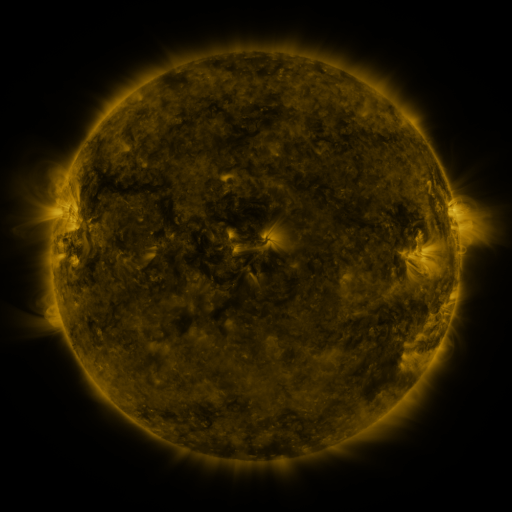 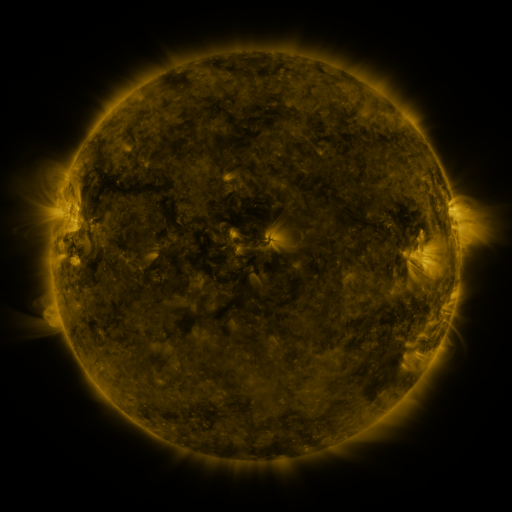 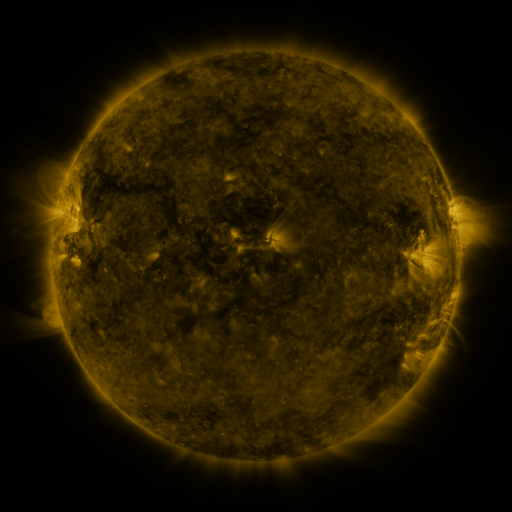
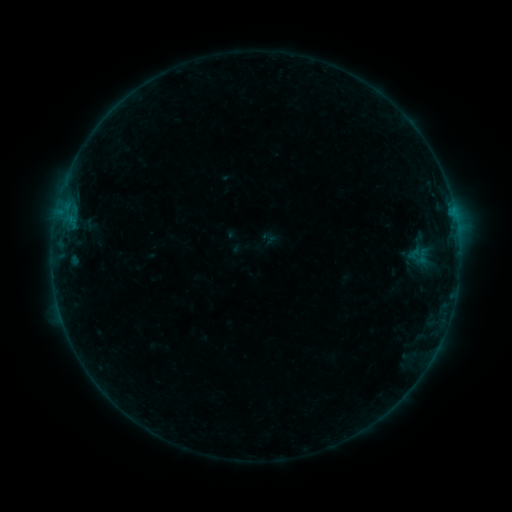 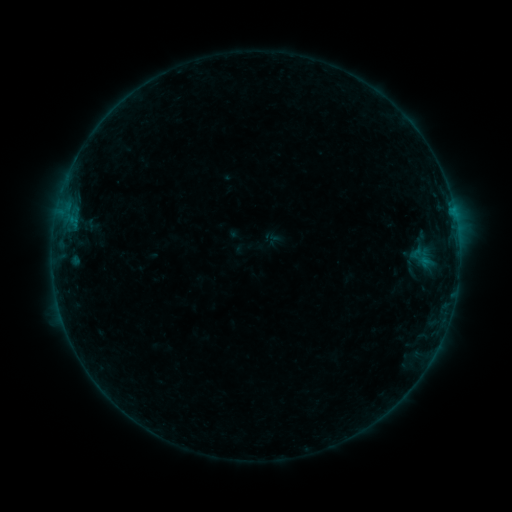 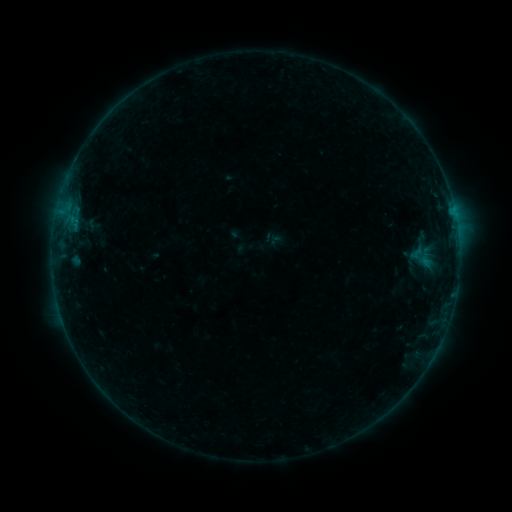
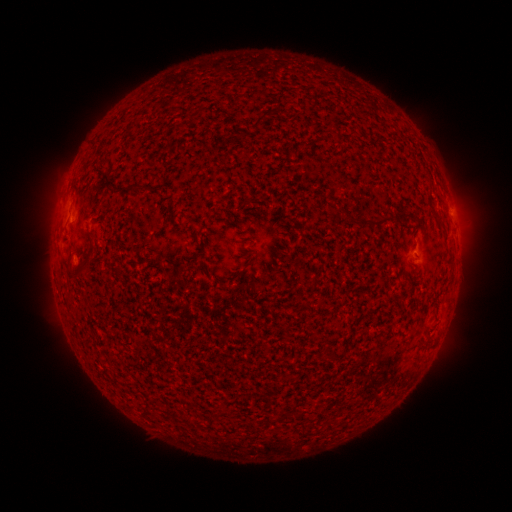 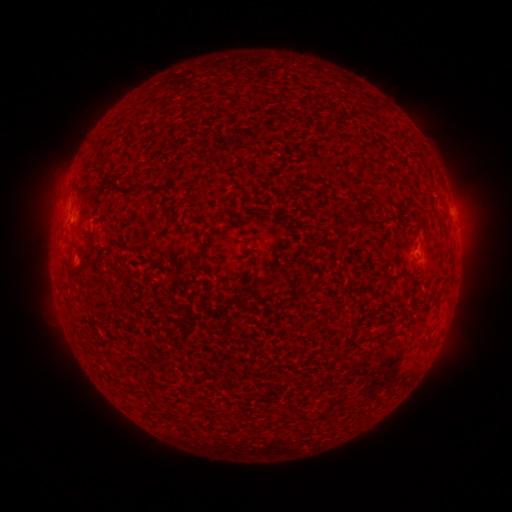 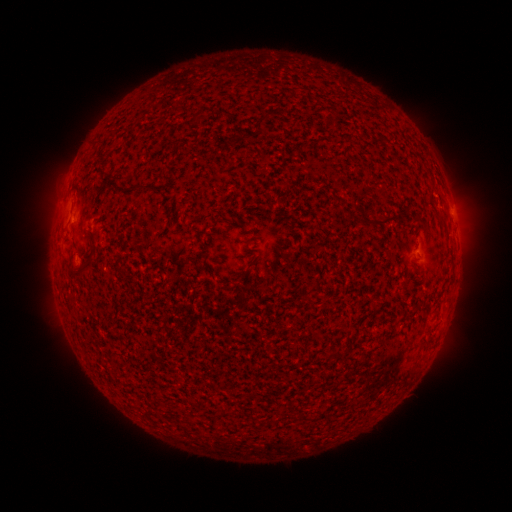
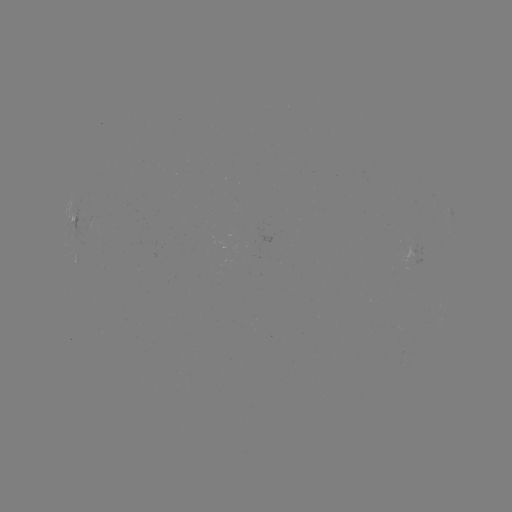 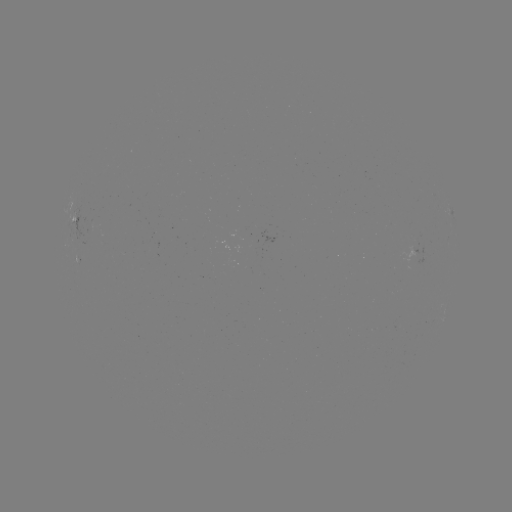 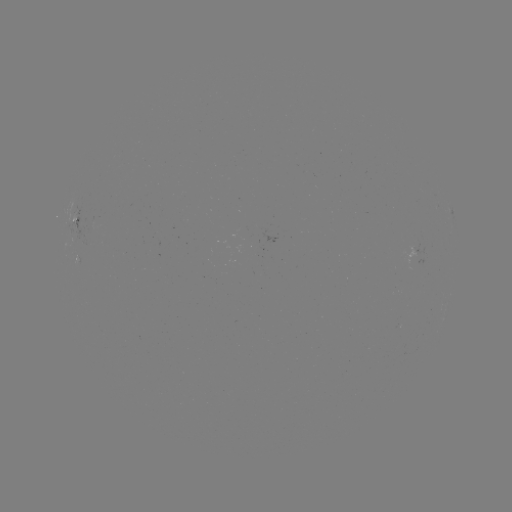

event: emerging-flux region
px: (416, 260)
